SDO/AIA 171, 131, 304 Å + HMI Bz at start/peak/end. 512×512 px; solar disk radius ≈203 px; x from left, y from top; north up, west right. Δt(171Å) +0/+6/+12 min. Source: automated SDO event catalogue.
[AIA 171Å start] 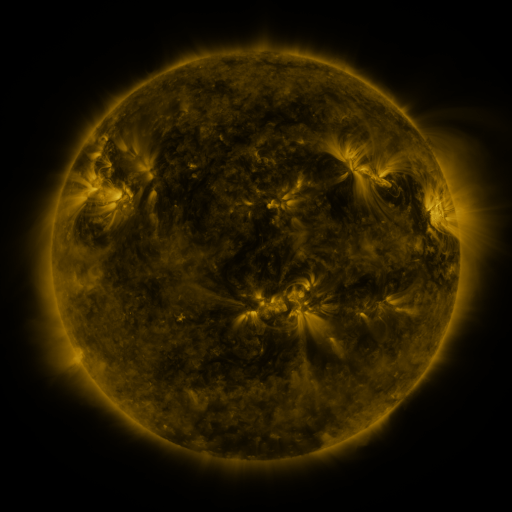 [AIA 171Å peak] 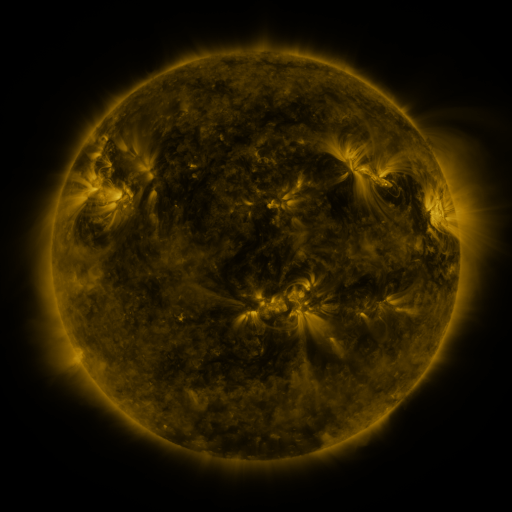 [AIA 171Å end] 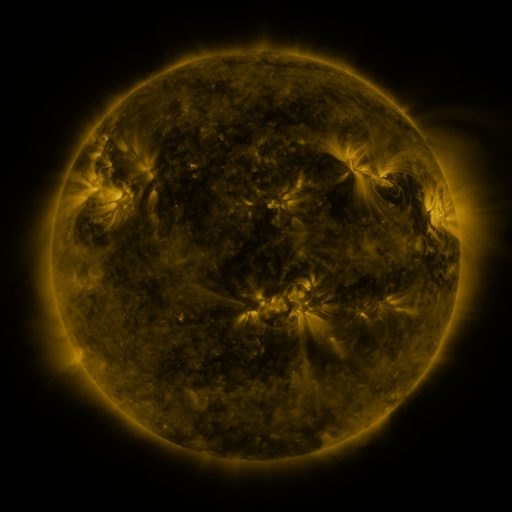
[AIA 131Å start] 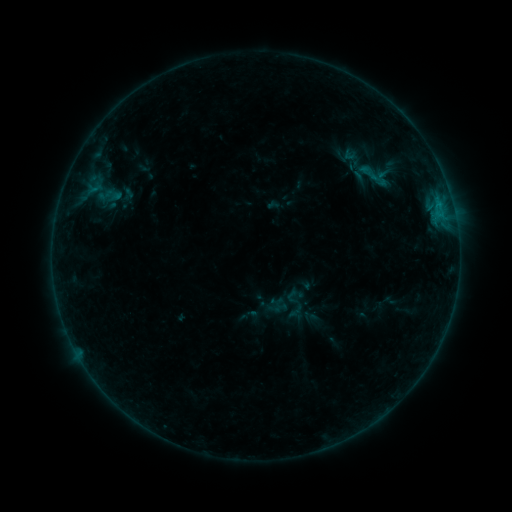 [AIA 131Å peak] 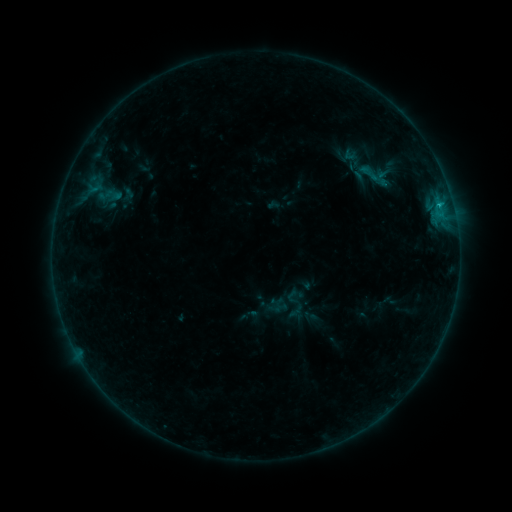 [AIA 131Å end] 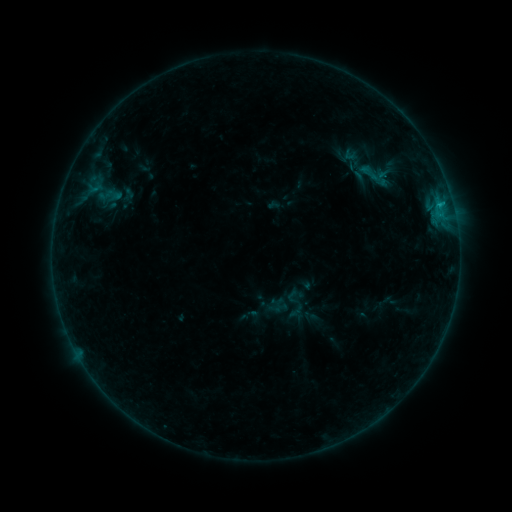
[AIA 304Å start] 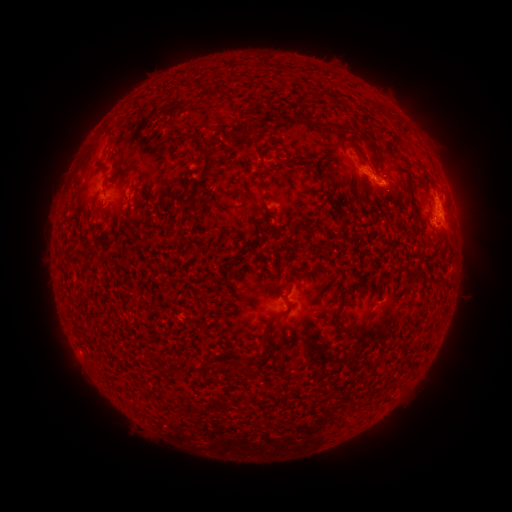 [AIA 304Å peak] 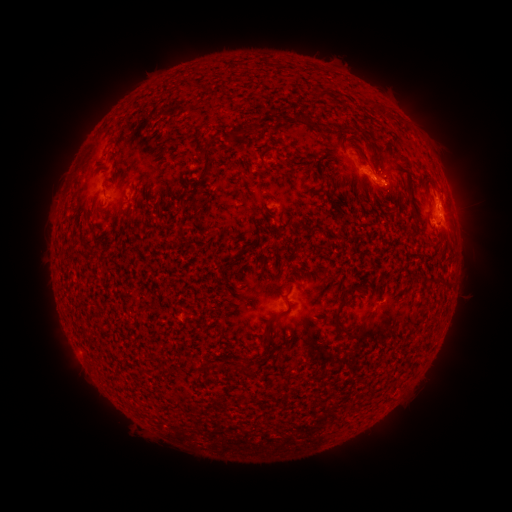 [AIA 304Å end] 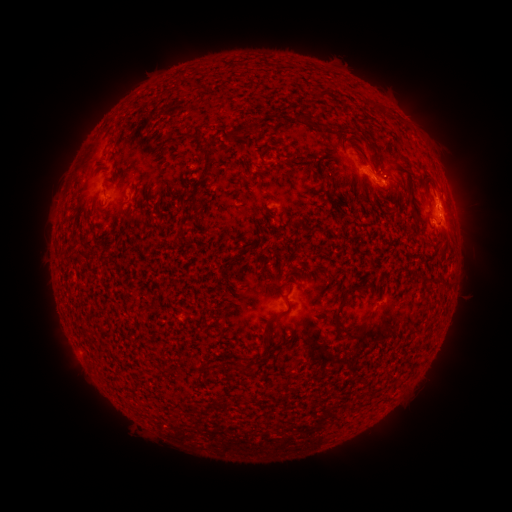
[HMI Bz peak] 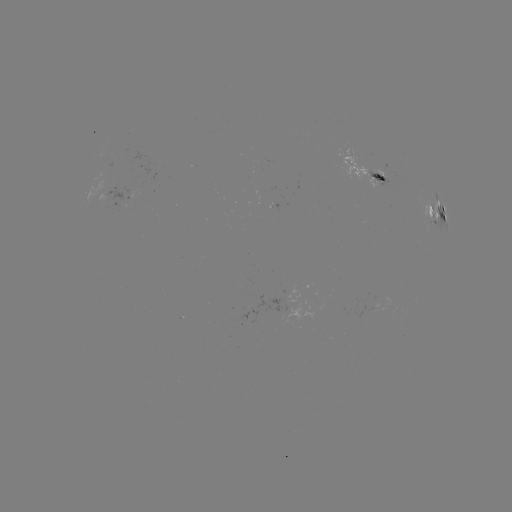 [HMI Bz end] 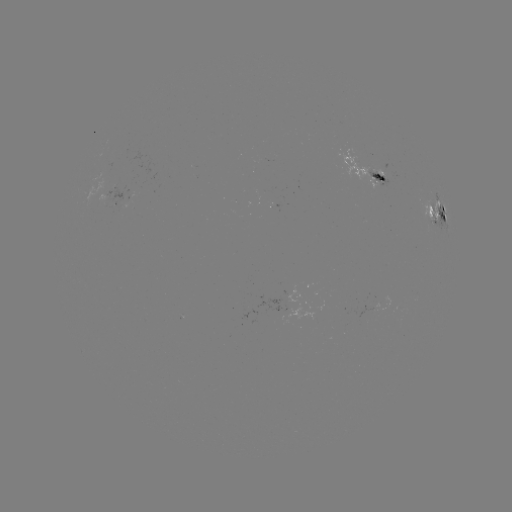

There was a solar flare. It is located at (438, 207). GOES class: B8.5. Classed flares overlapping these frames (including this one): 1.